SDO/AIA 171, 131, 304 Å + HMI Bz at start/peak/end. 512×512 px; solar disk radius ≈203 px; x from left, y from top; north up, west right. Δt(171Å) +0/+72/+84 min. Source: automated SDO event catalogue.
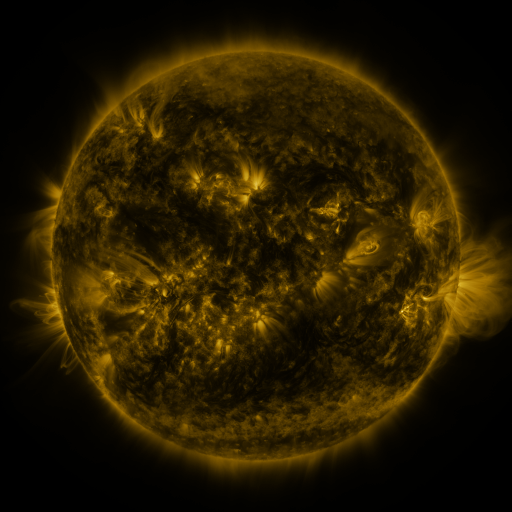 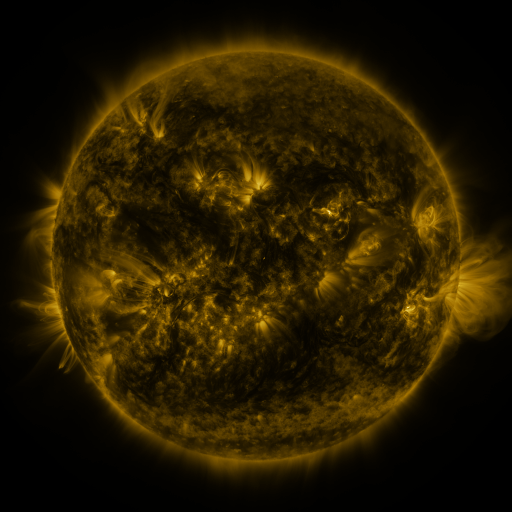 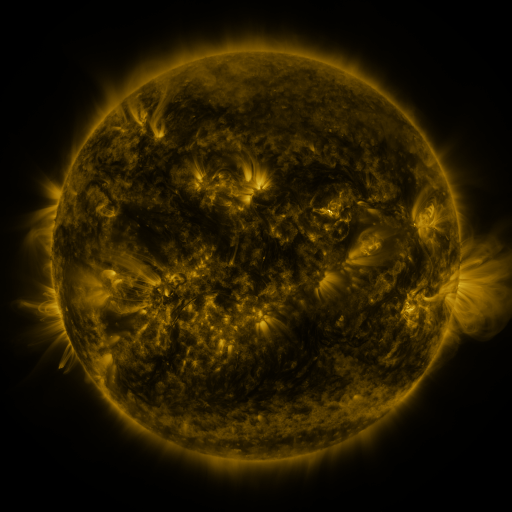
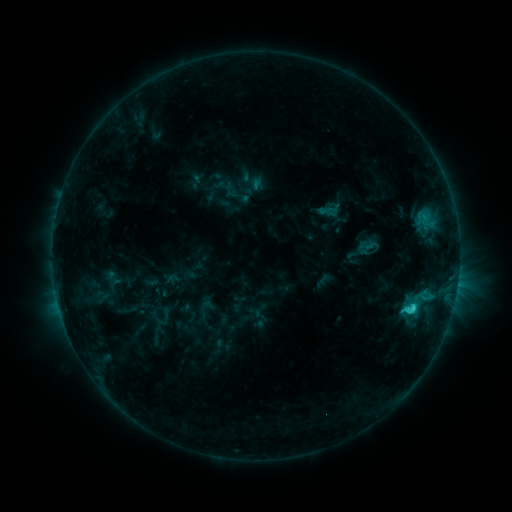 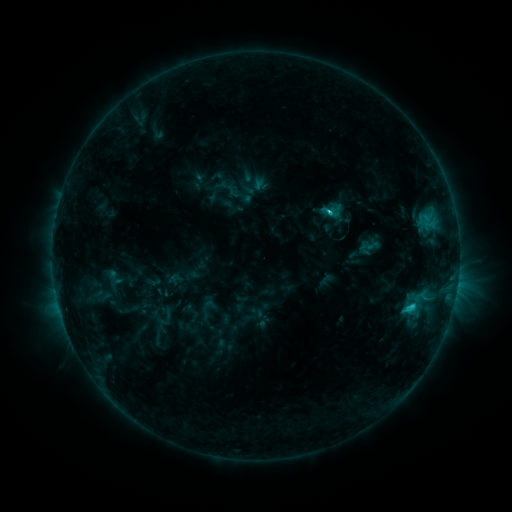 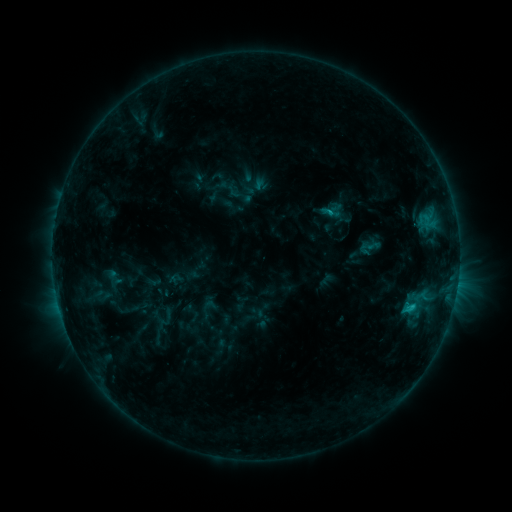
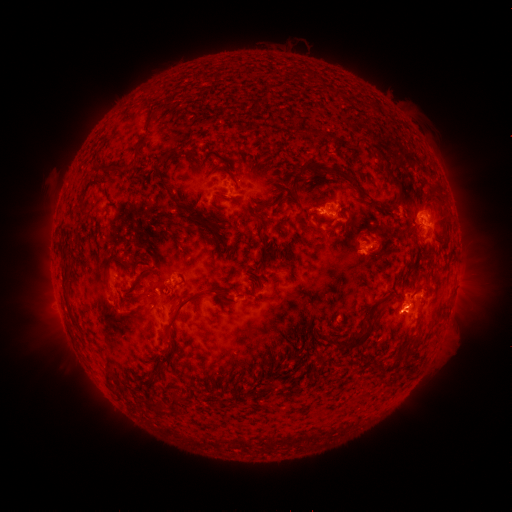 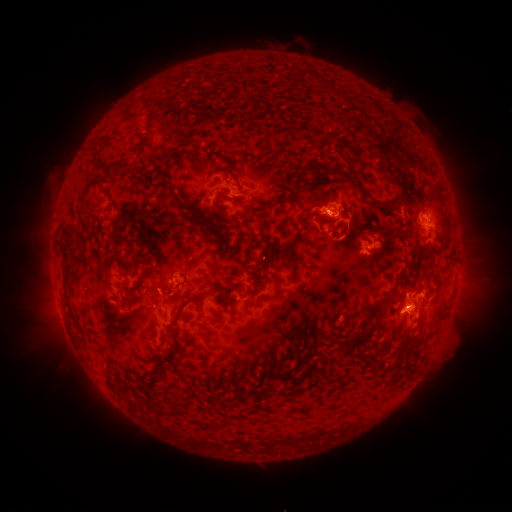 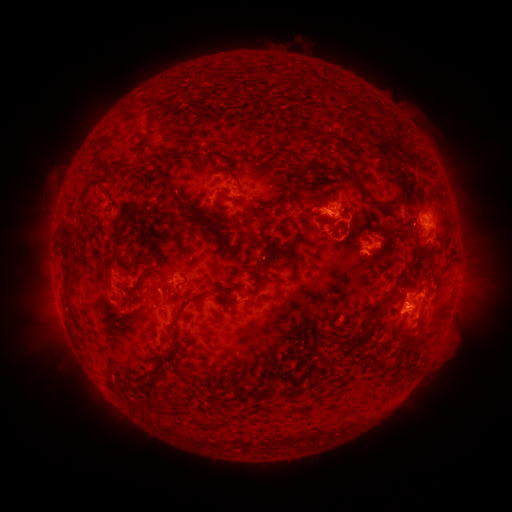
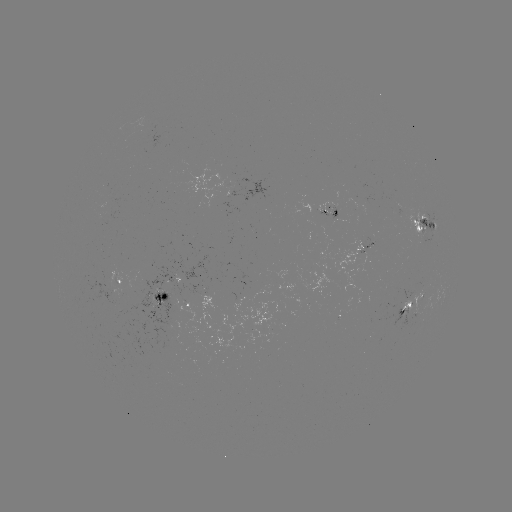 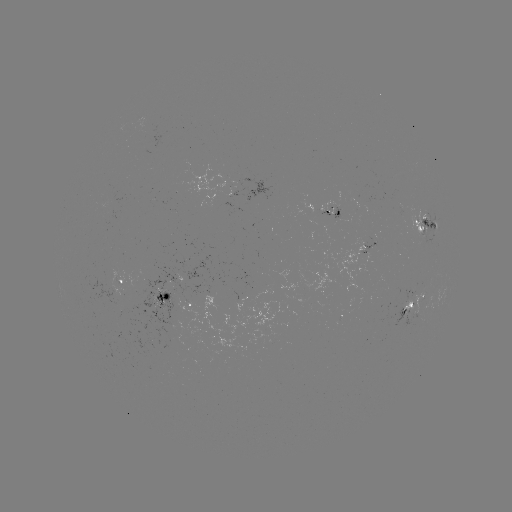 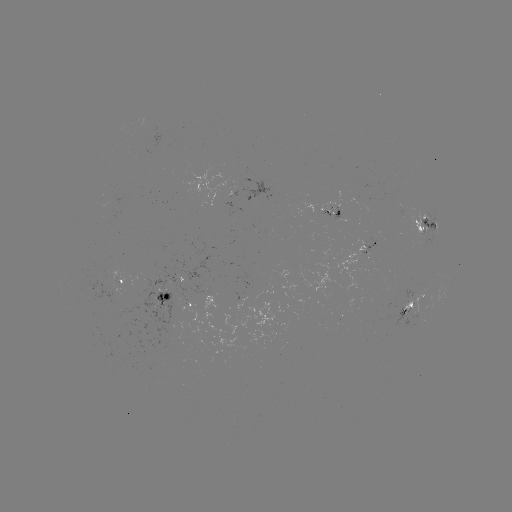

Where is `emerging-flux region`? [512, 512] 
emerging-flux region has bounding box [389, 292, 425, 315].